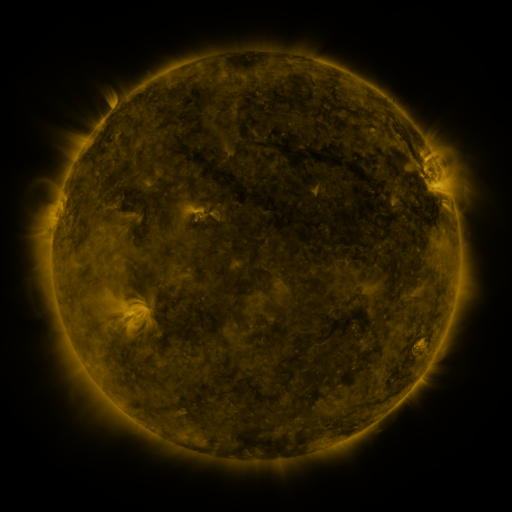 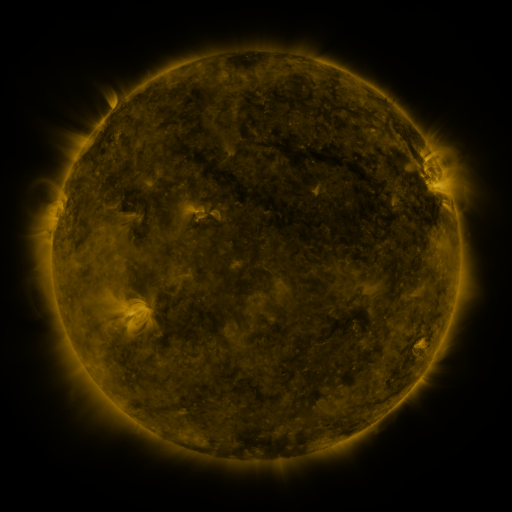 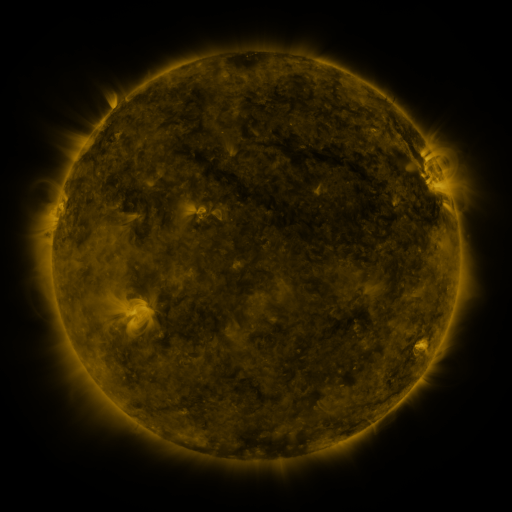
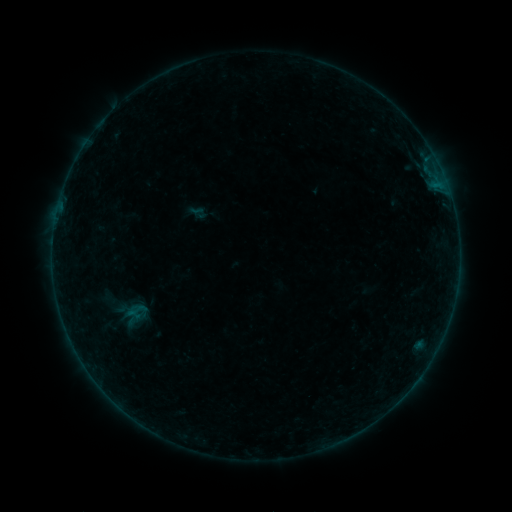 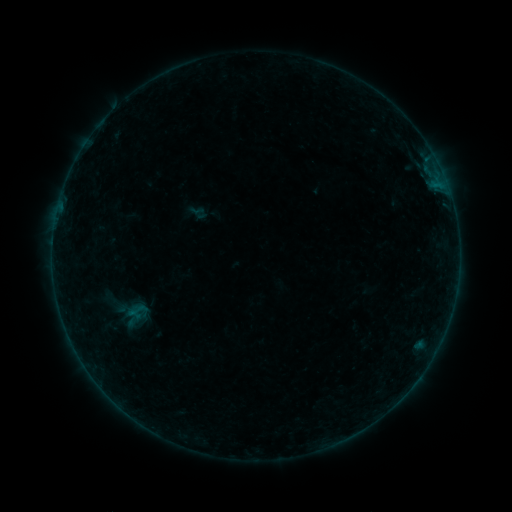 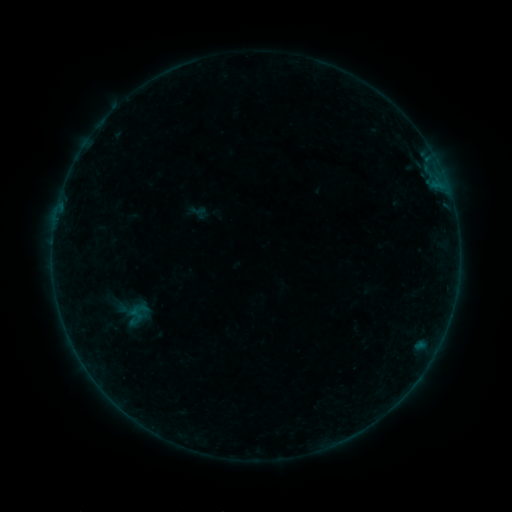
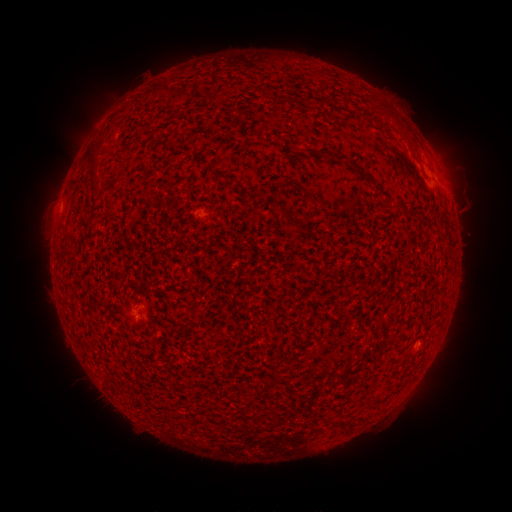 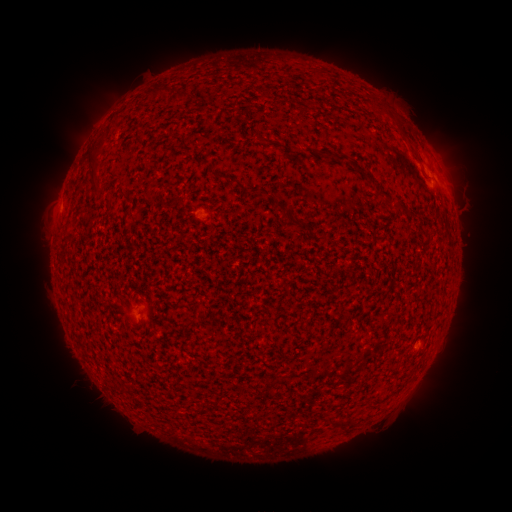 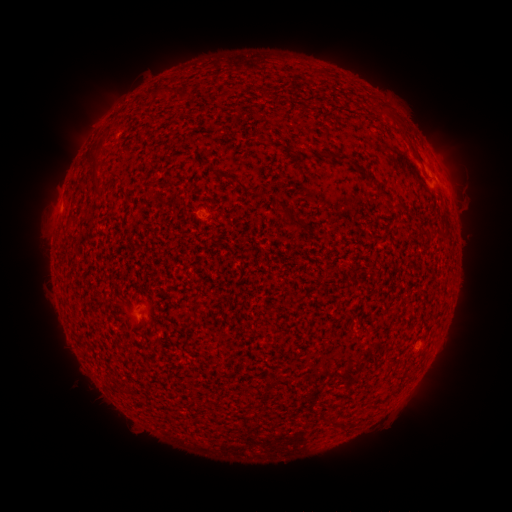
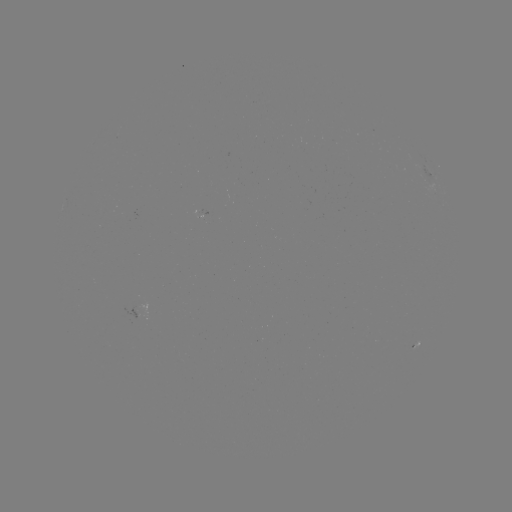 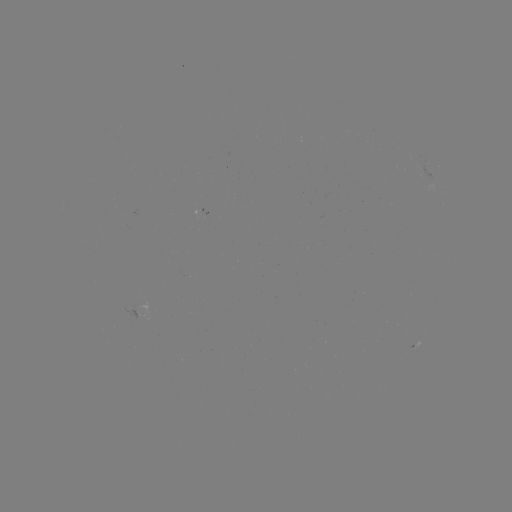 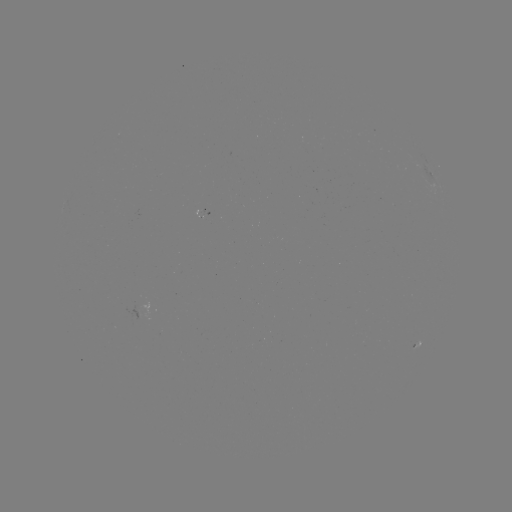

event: flare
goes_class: A9.3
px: (420, 343)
